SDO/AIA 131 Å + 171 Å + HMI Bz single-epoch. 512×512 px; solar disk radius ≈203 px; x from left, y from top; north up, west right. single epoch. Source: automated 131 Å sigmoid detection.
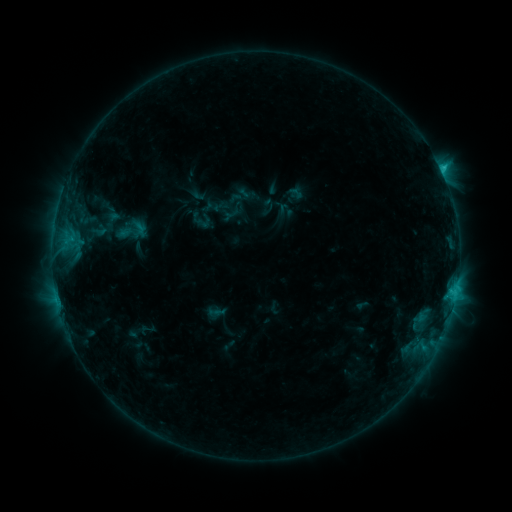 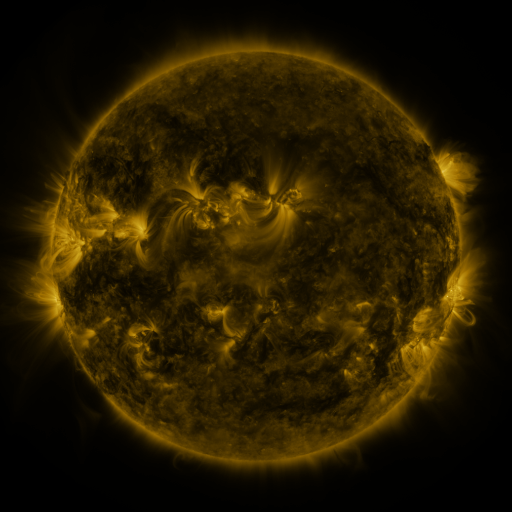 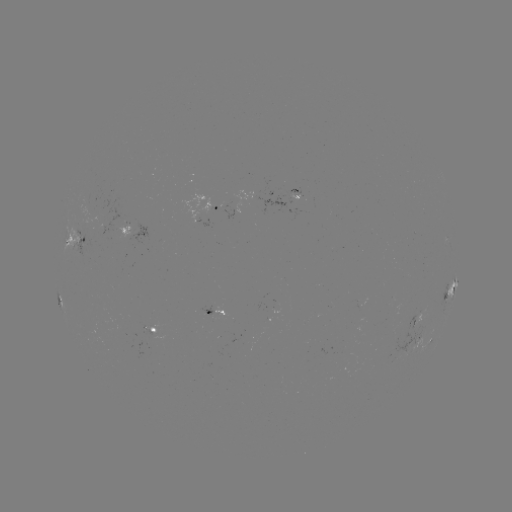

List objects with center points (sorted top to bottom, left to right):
sigmoid: (116, 219, 135, 241)
